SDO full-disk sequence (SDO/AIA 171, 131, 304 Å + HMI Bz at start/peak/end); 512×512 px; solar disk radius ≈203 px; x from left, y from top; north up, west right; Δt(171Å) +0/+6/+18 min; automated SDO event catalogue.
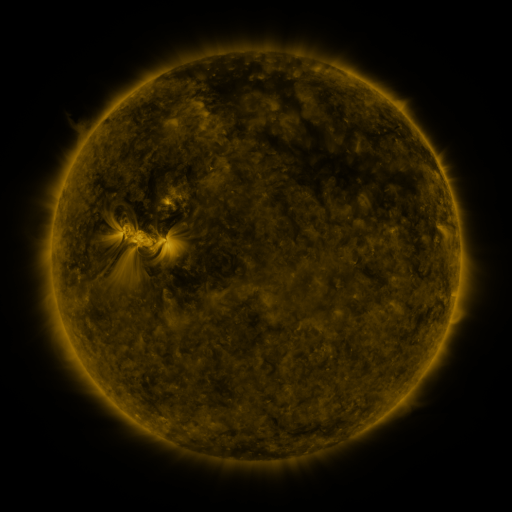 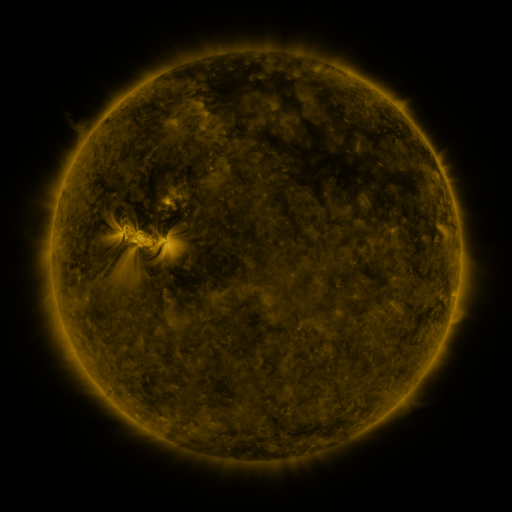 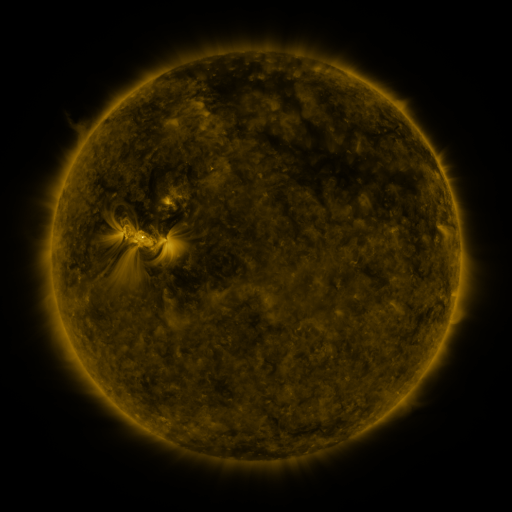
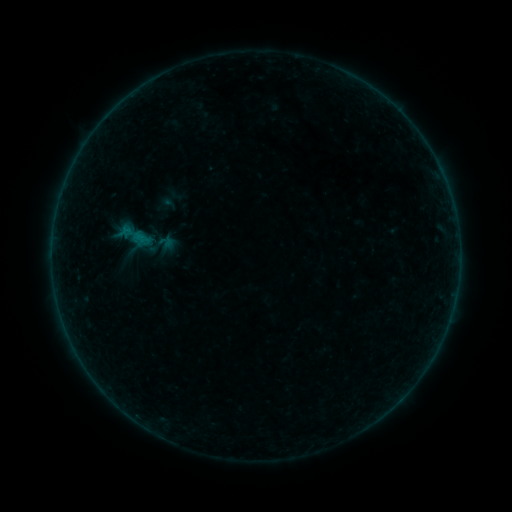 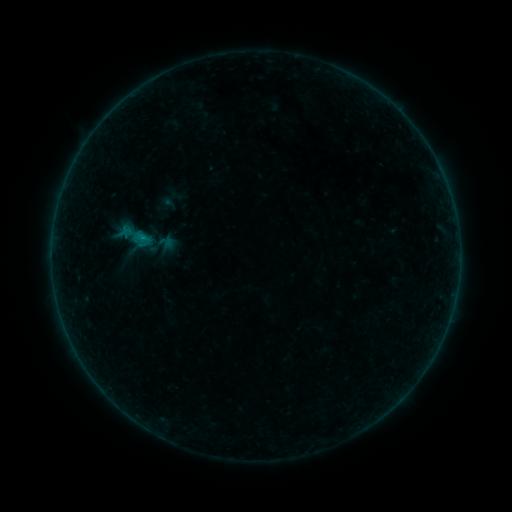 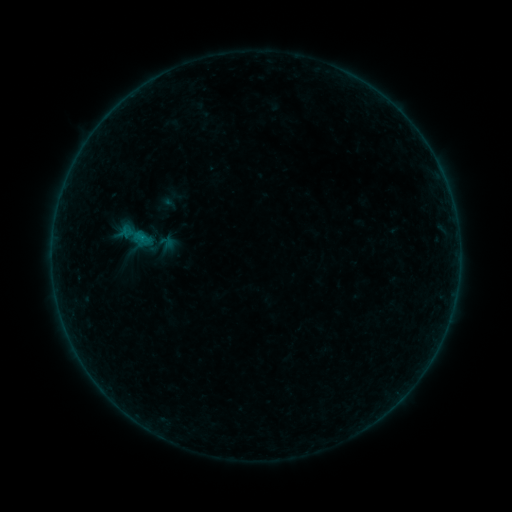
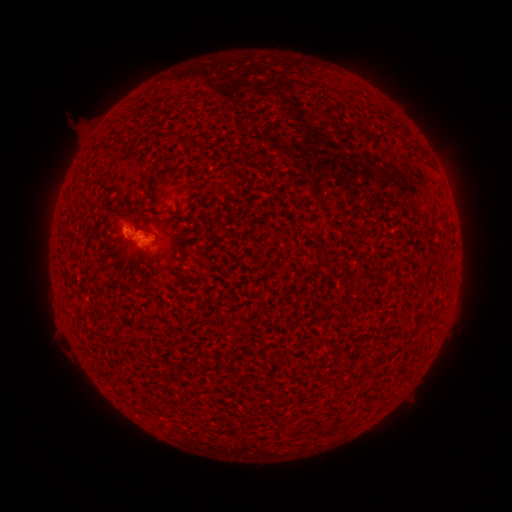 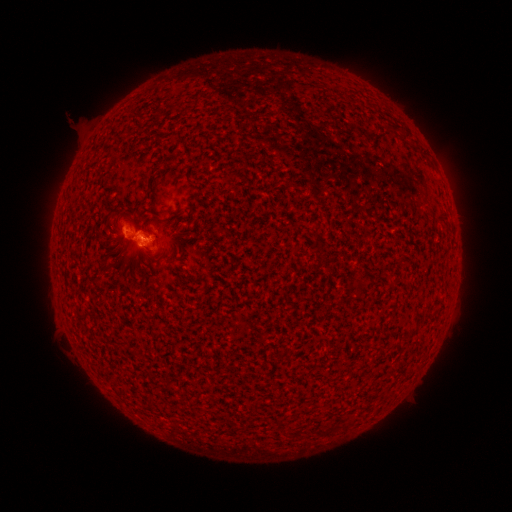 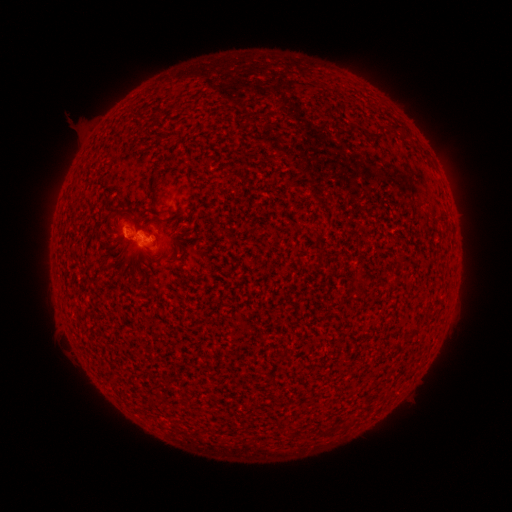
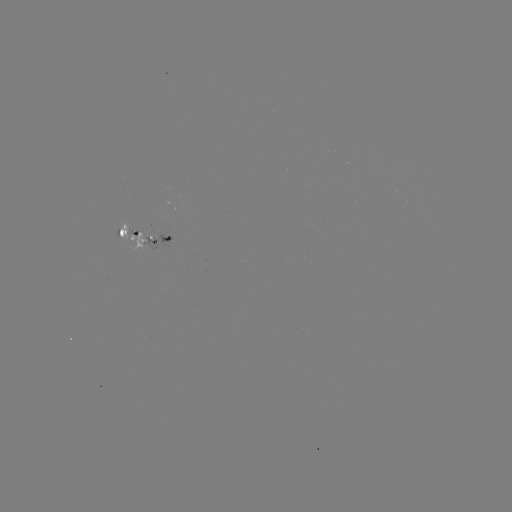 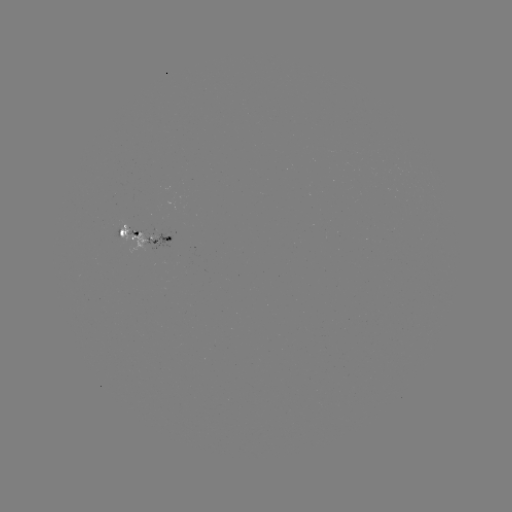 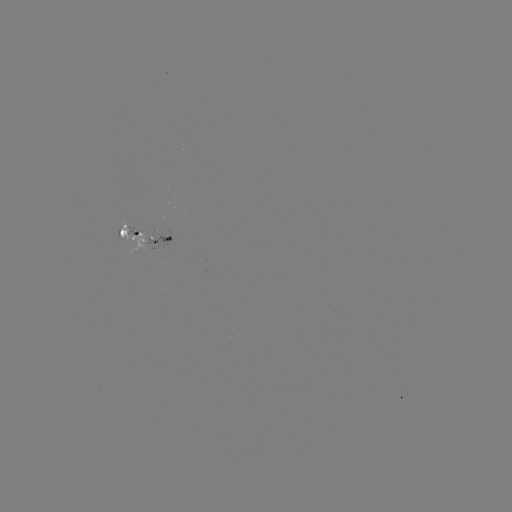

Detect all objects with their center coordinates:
B2.4 flare: (143, 240)
